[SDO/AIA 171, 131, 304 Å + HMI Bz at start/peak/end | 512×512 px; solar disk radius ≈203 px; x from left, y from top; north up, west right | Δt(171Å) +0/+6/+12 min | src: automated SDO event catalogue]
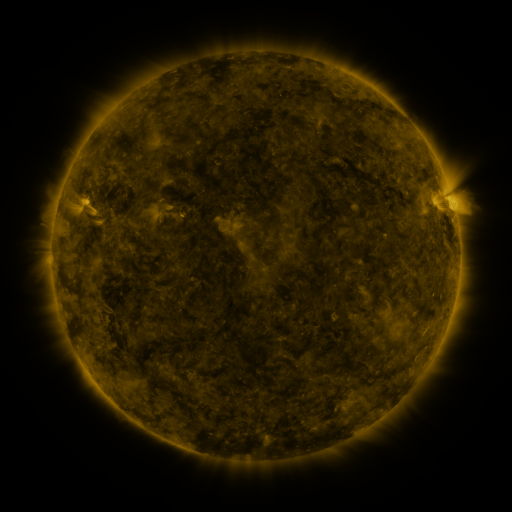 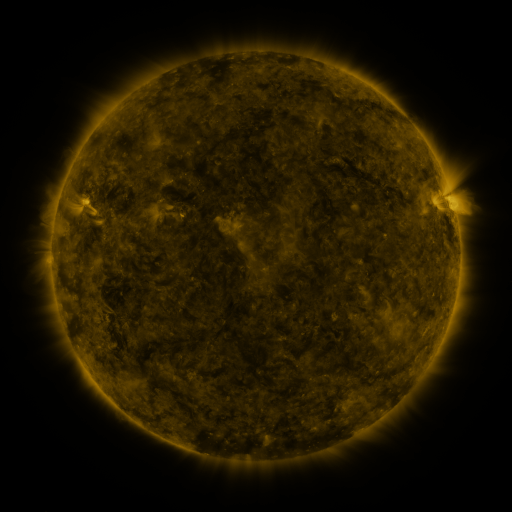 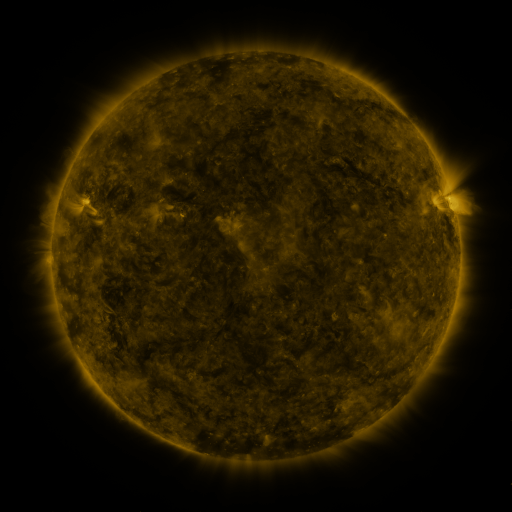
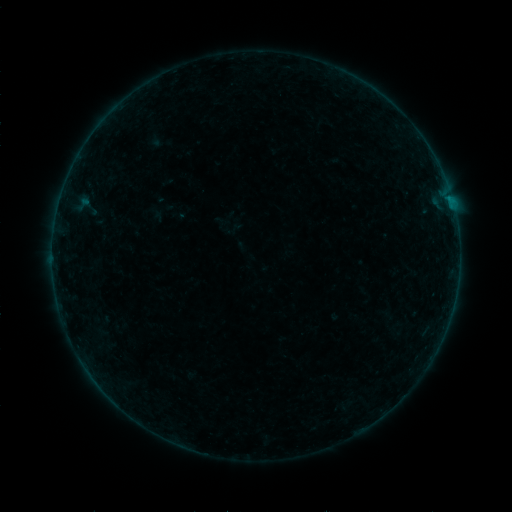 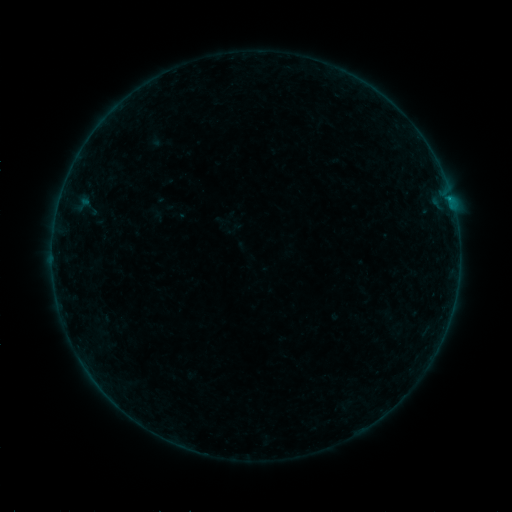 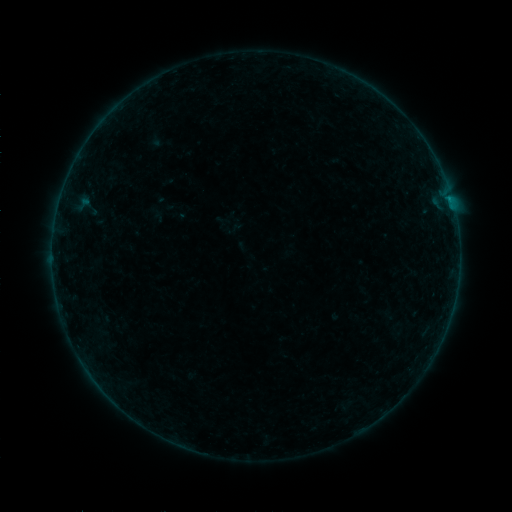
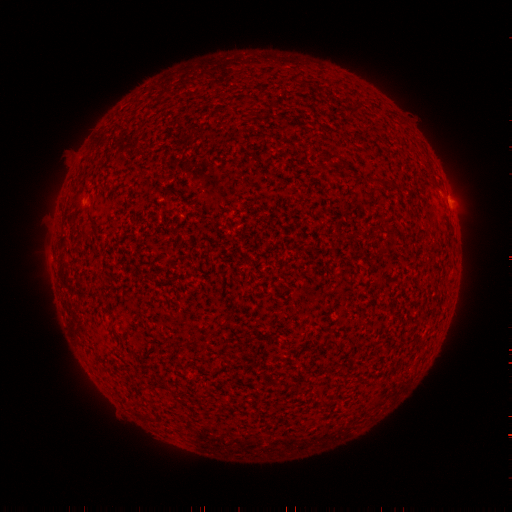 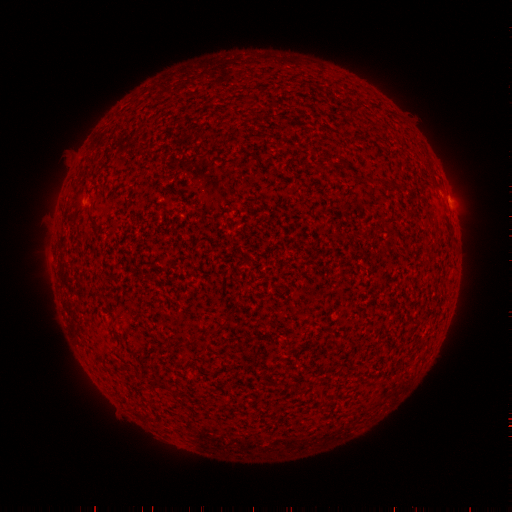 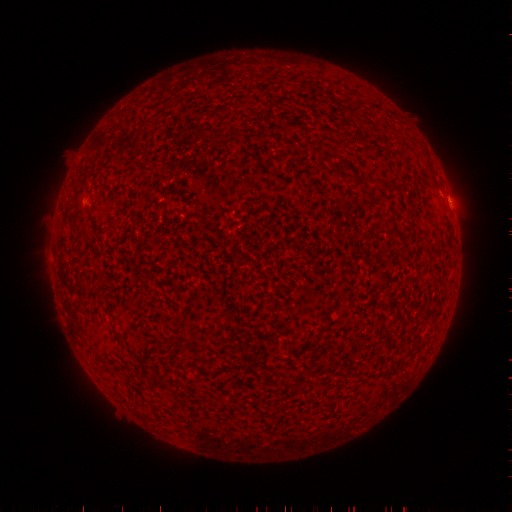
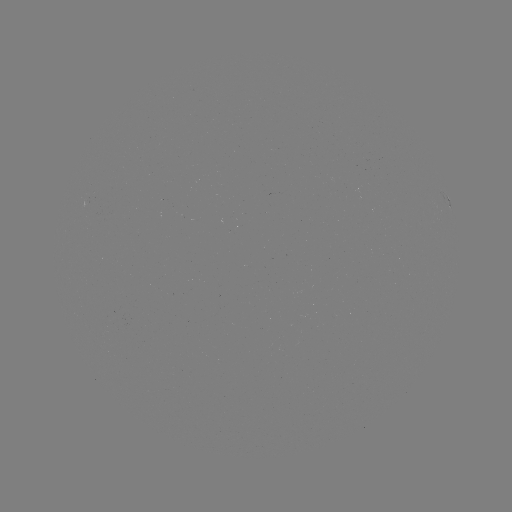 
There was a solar flare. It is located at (449, 198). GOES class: B1.2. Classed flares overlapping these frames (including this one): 1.